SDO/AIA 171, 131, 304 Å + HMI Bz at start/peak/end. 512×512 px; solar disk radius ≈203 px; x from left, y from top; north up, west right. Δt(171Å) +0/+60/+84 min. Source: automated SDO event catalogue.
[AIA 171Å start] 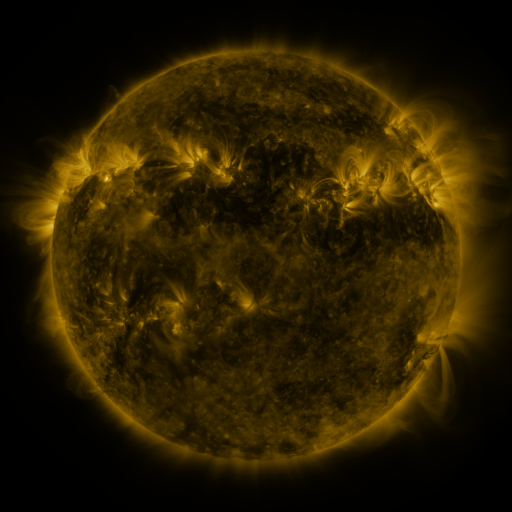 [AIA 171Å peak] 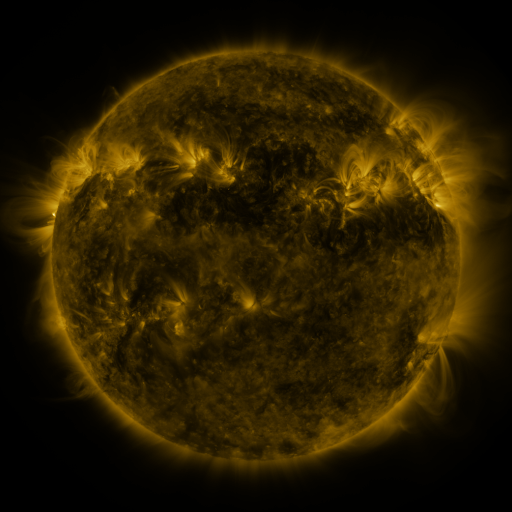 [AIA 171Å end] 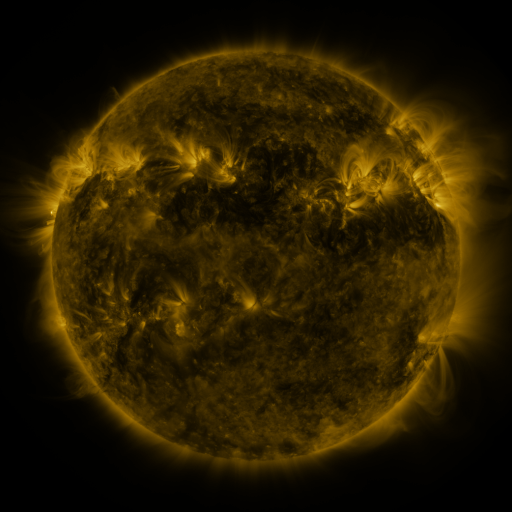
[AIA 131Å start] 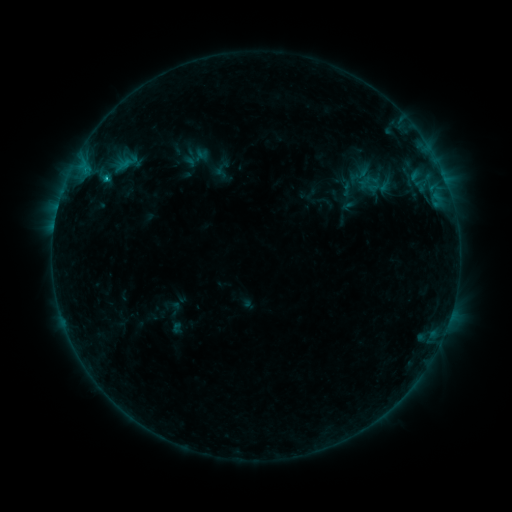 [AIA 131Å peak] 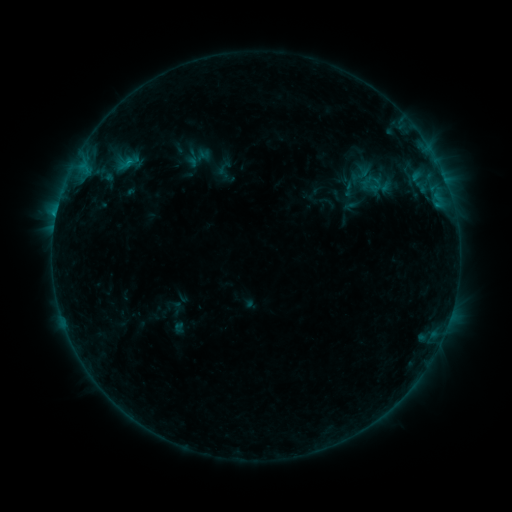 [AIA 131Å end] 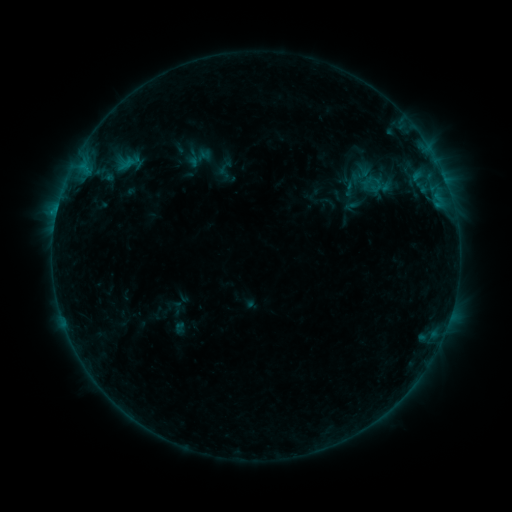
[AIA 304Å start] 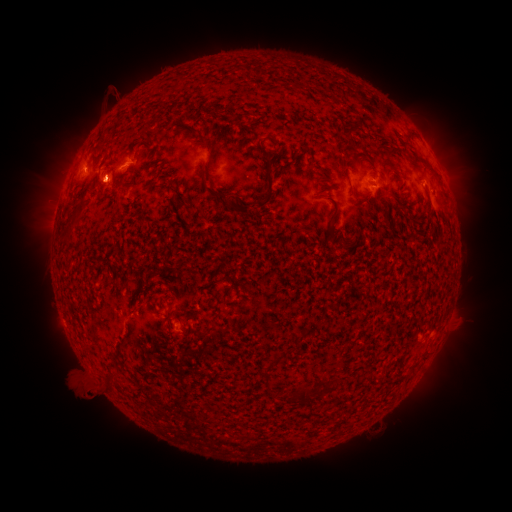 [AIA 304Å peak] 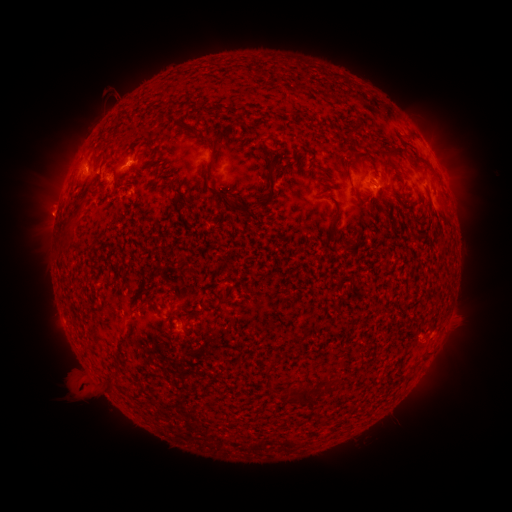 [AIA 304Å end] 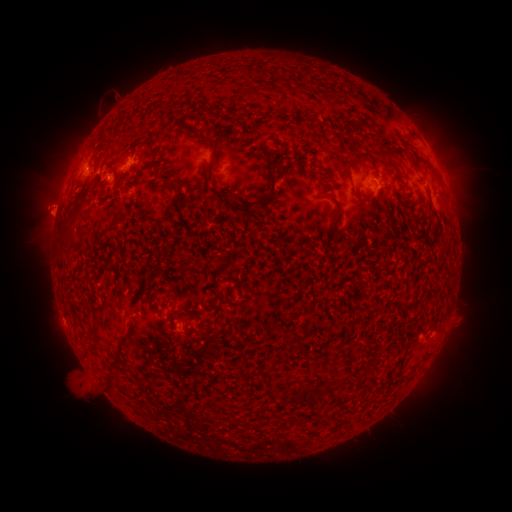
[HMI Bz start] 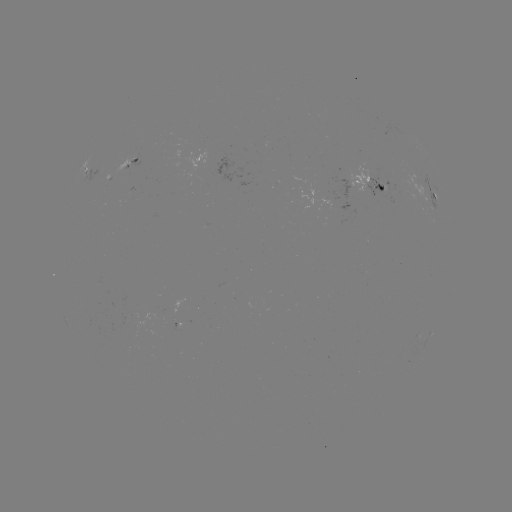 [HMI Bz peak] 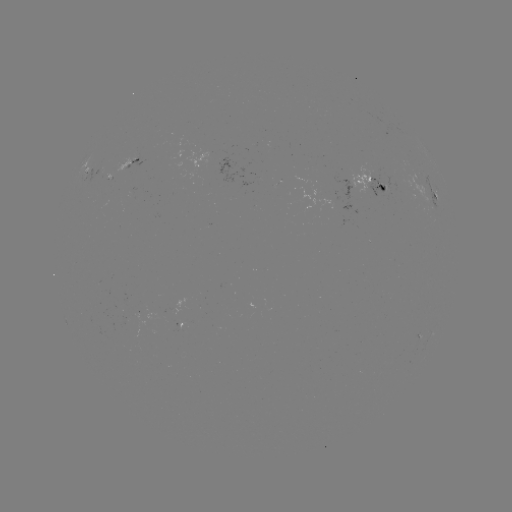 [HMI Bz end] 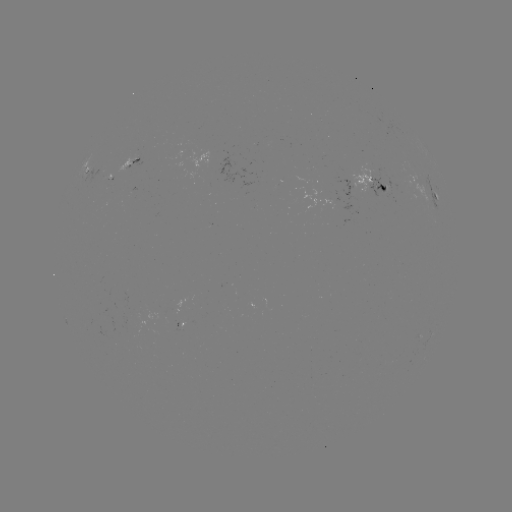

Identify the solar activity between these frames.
emerging-flux region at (380, 185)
